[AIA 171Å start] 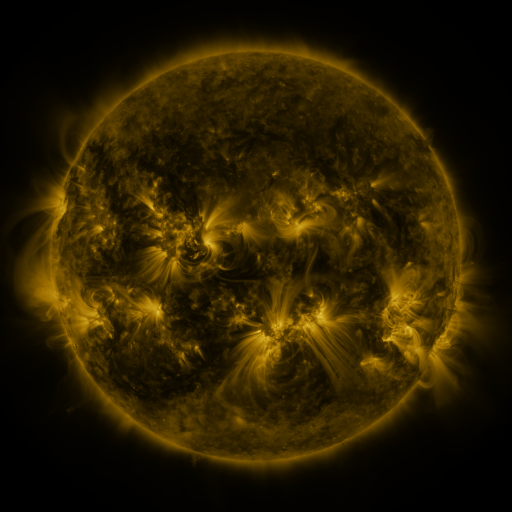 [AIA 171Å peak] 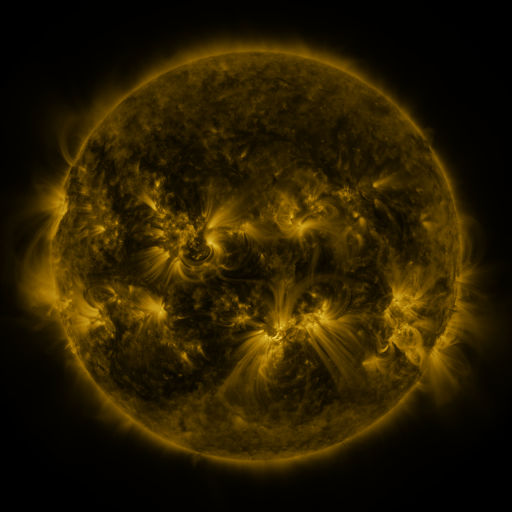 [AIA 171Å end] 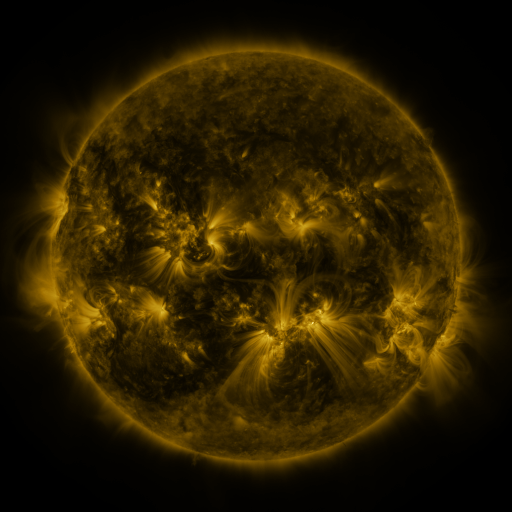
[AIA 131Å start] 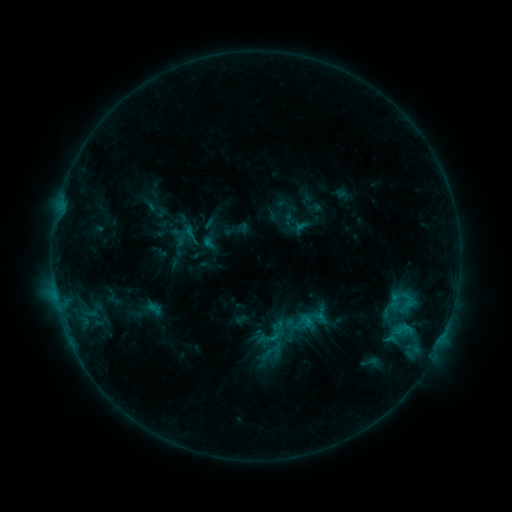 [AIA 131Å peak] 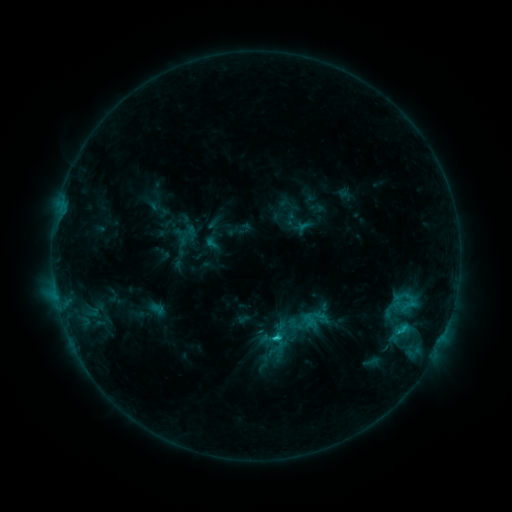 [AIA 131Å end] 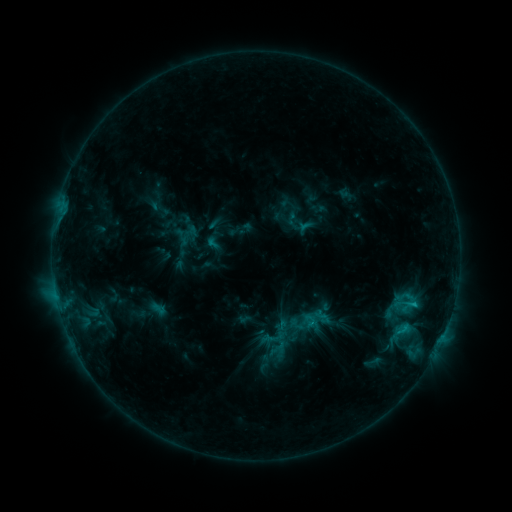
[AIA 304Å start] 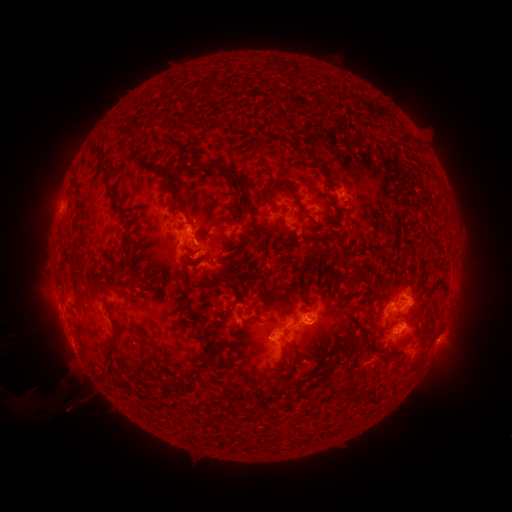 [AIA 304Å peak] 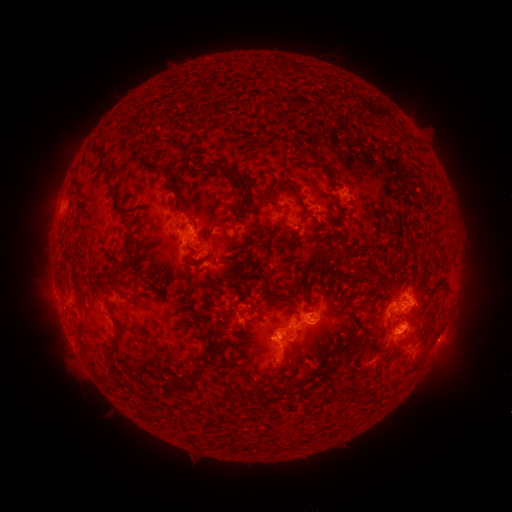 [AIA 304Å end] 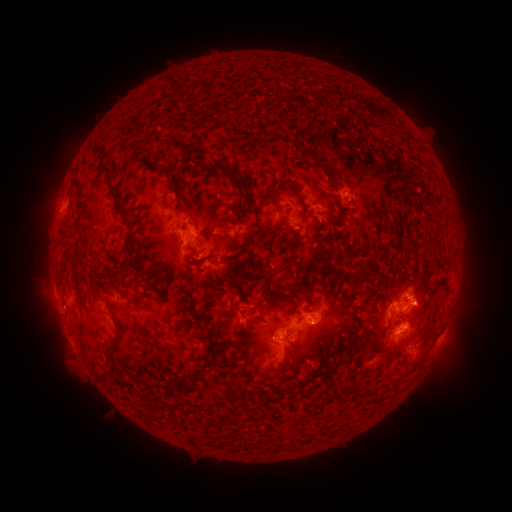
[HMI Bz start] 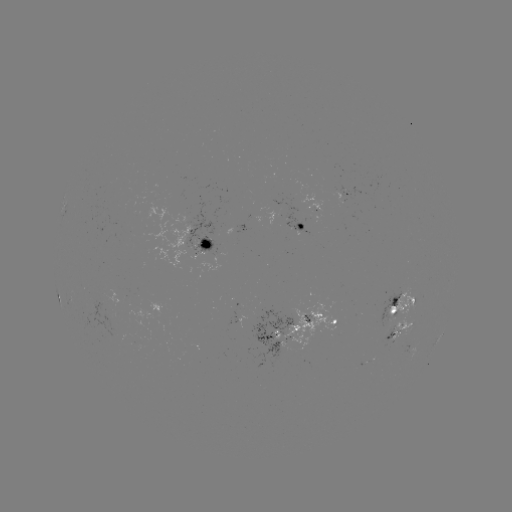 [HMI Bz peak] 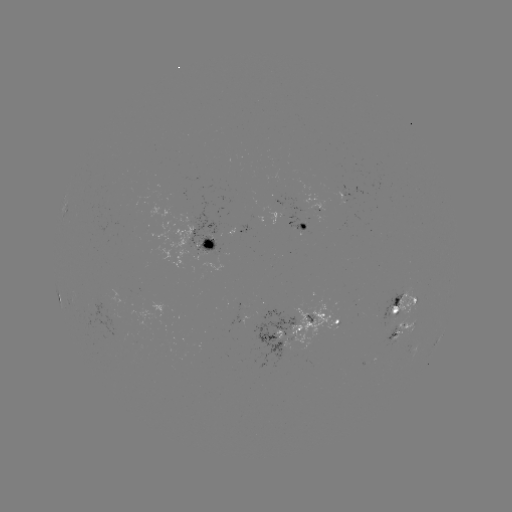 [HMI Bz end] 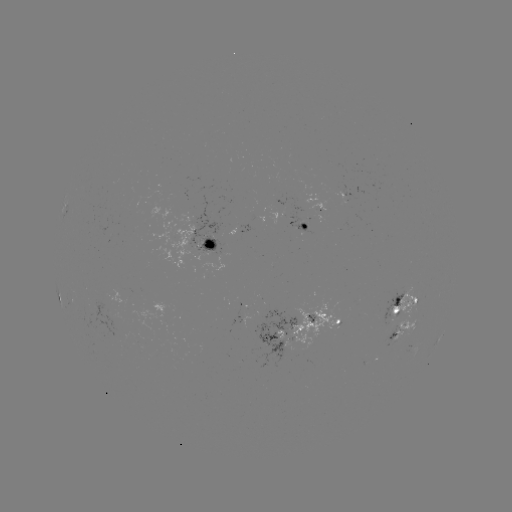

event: emerging-flux region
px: (393, 311)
